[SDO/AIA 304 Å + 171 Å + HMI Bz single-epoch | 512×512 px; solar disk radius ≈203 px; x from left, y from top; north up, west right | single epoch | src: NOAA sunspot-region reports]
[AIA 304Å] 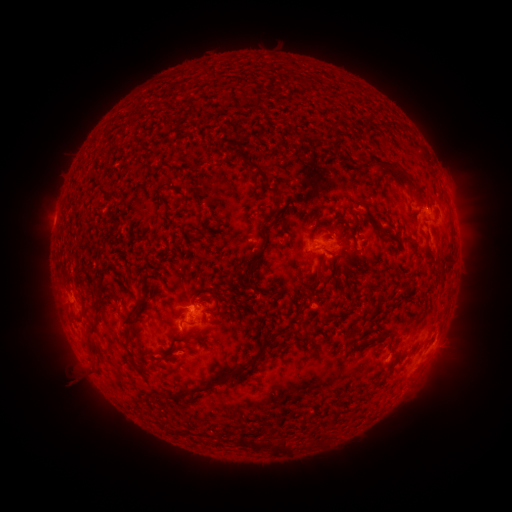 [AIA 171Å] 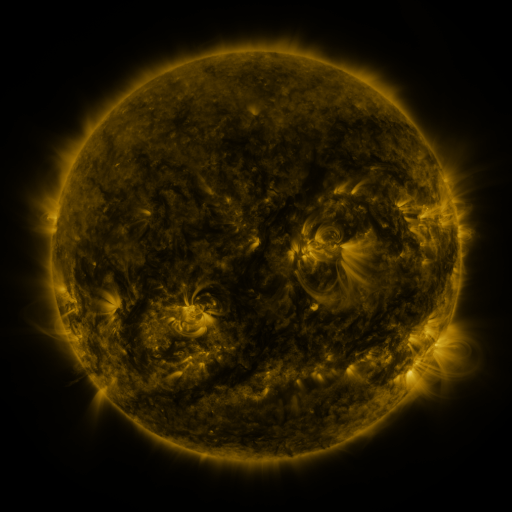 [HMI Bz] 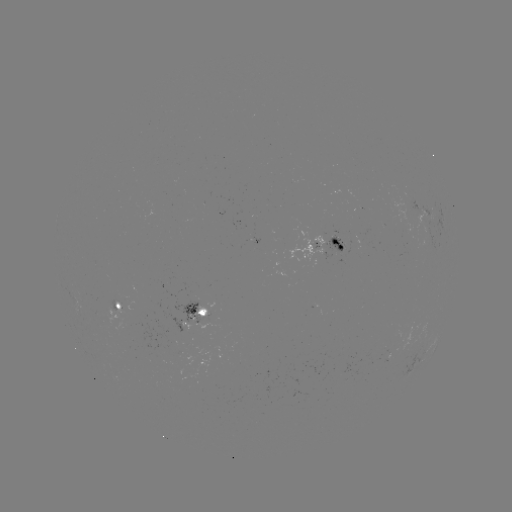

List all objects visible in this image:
spotted active region: (328, 247)
spotted active region: (119, 303)
spotted active region: (194, 314)
